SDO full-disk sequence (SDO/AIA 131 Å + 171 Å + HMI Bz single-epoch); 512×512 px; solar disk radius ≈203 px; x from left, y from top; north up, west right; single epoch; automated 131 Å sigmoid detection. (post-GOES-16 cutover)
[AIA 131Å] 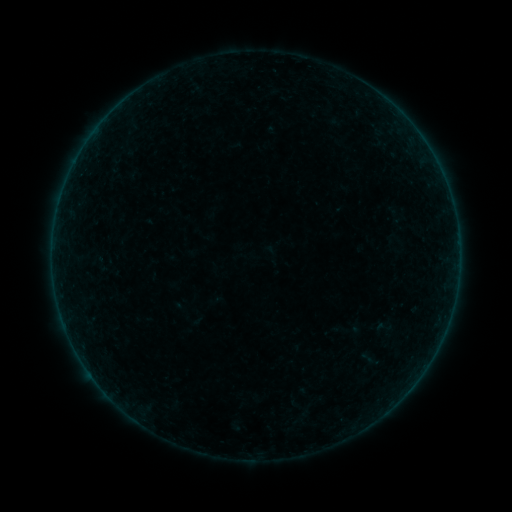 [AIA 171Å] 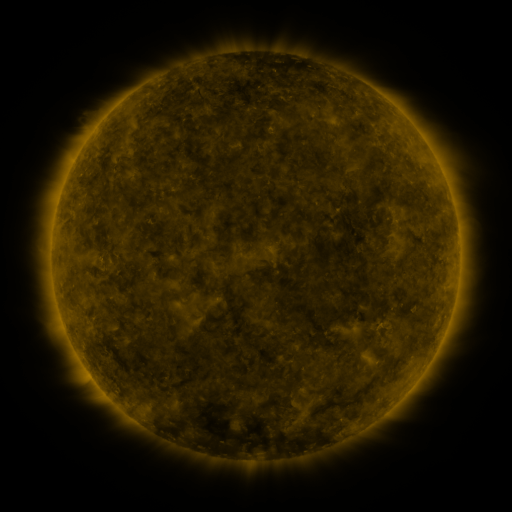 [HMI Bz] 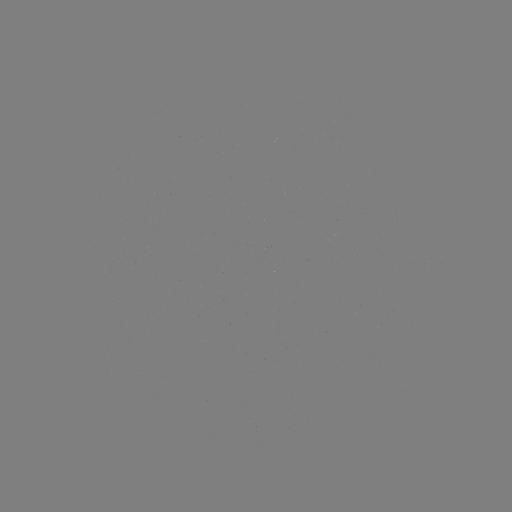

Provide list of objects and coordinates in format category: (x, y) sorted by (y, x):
sigmoid: (385, 328)
